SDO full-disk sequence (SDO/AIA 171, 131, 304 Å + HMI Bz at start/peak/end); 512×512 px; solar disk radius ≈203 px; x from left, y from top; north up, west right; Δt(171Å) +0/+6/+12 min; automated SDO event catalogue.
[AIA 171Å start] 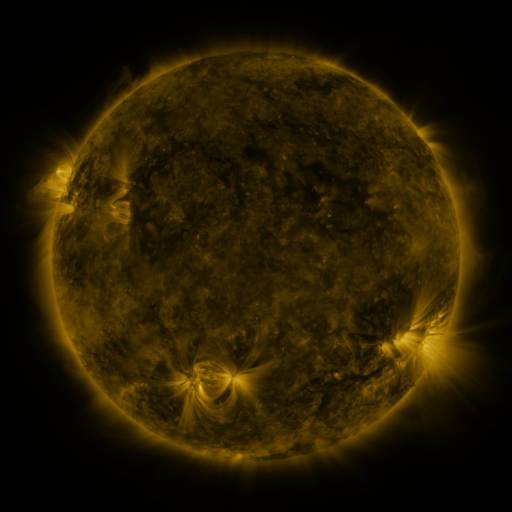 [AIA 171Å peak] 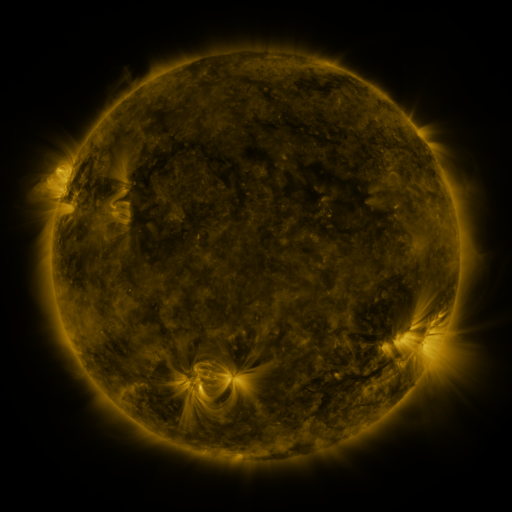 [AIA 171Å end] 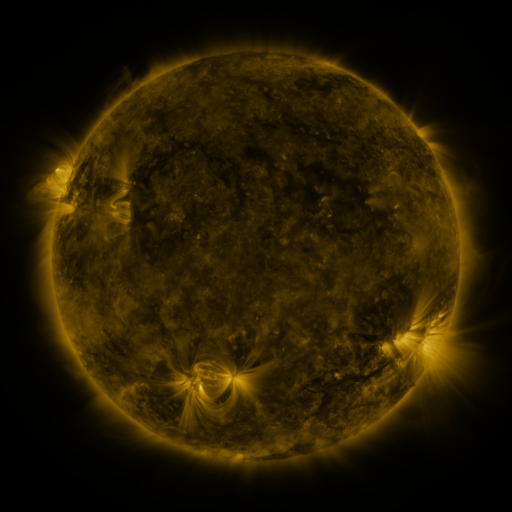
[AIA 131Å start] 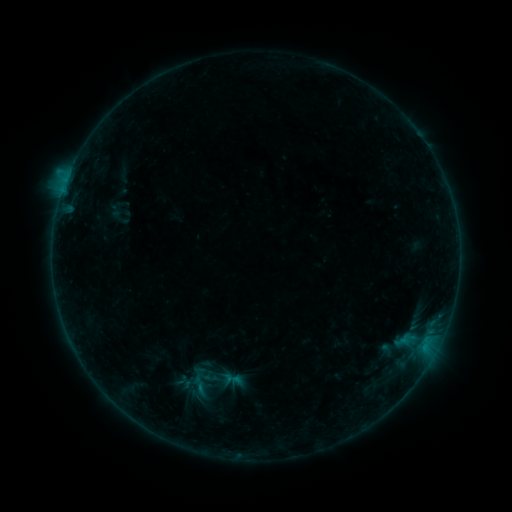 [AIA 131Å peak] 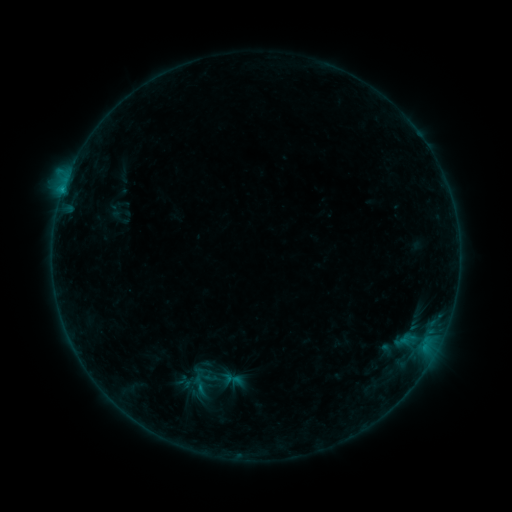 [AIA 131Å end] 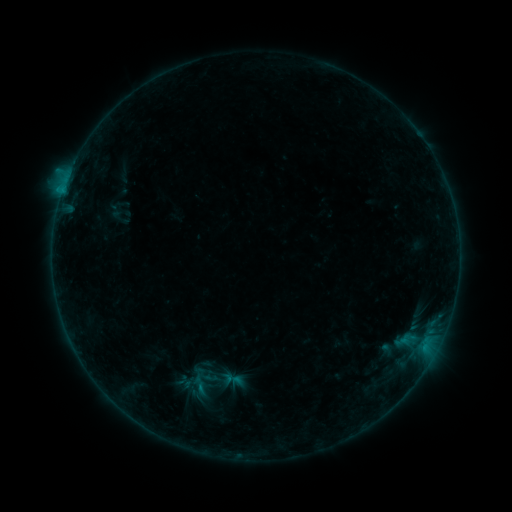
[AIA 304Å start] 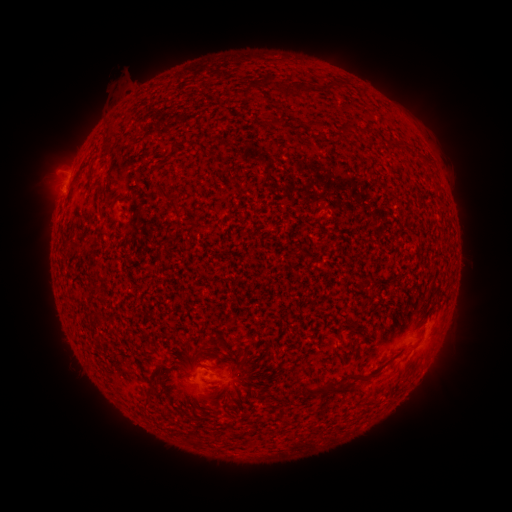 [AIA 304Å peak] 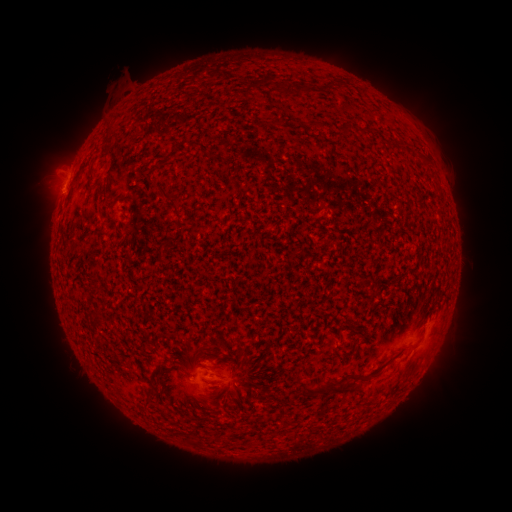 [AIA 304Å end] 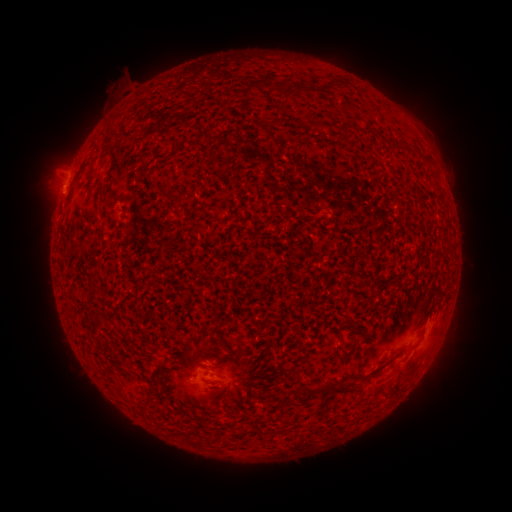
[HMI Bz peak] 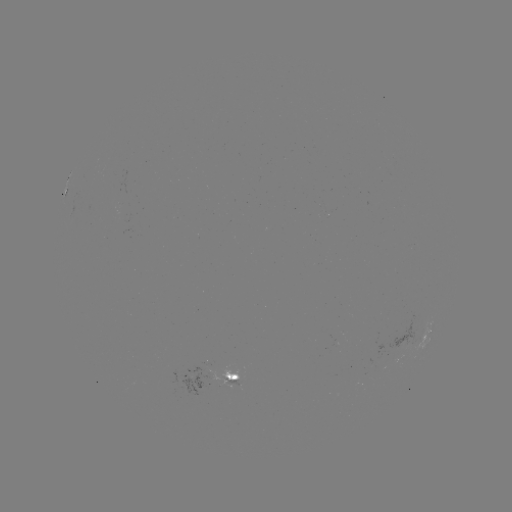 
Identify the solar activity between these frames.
B4.4 flare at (69, 178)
